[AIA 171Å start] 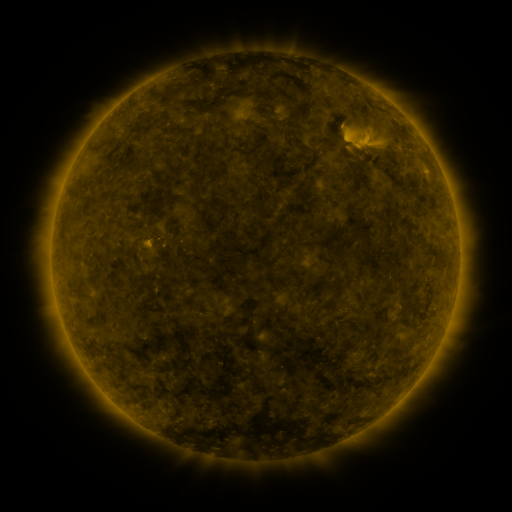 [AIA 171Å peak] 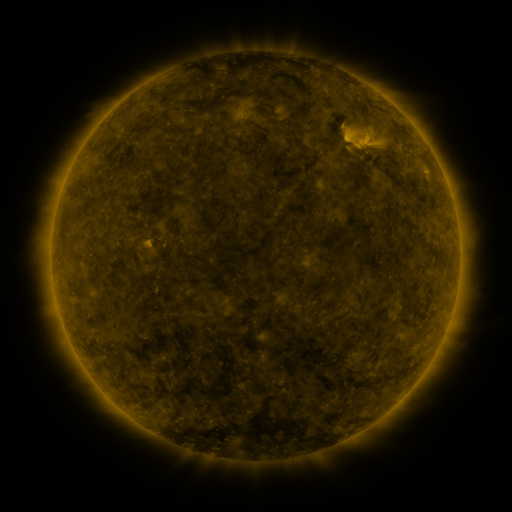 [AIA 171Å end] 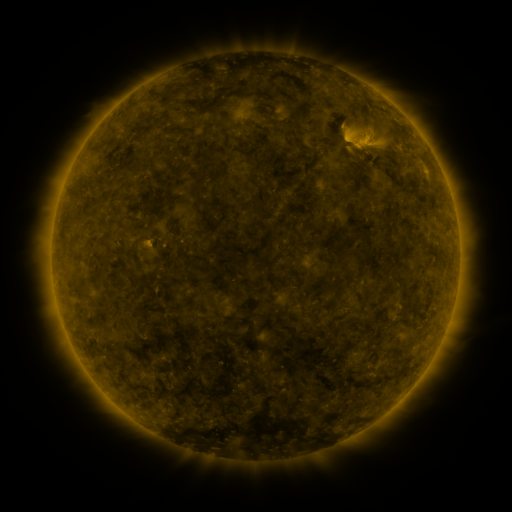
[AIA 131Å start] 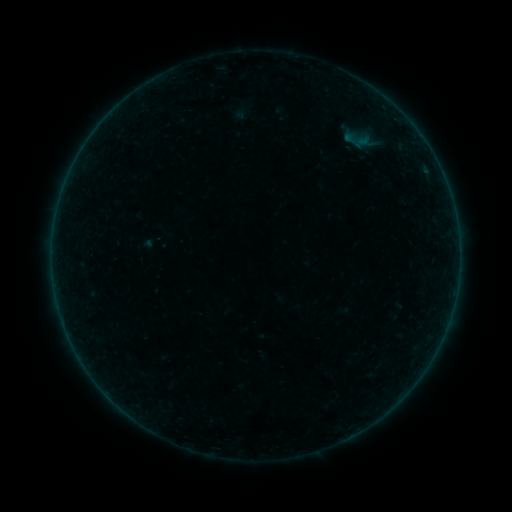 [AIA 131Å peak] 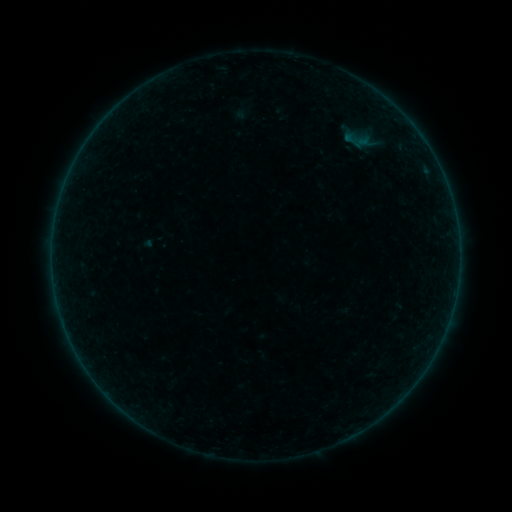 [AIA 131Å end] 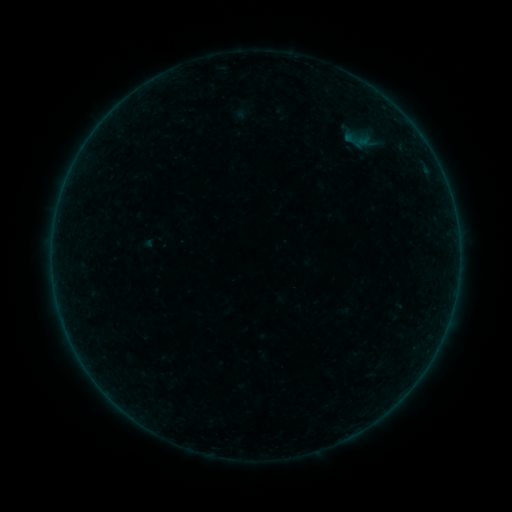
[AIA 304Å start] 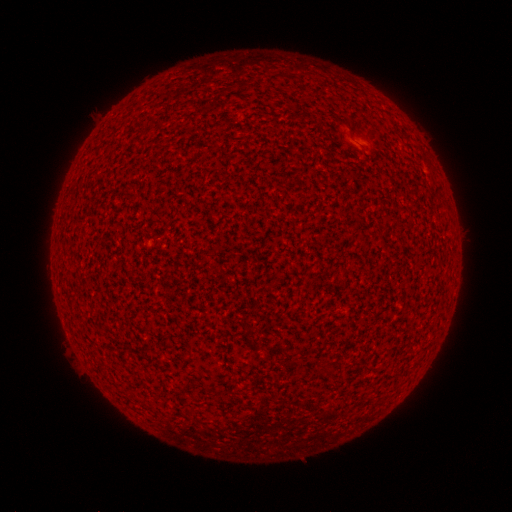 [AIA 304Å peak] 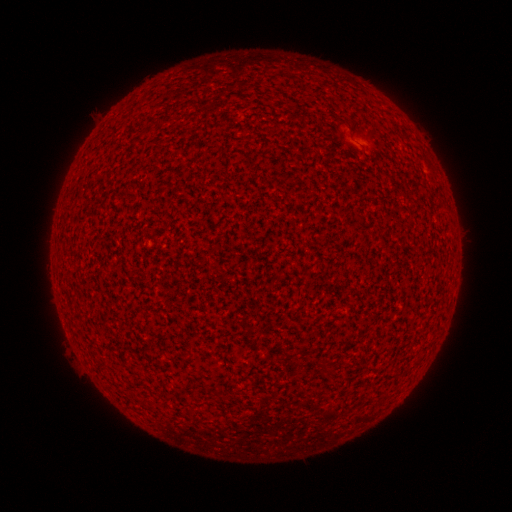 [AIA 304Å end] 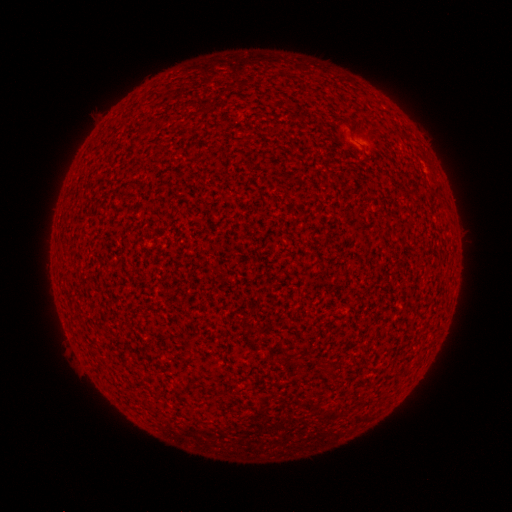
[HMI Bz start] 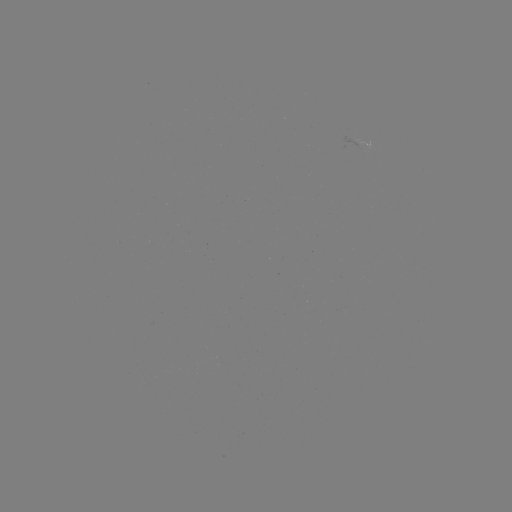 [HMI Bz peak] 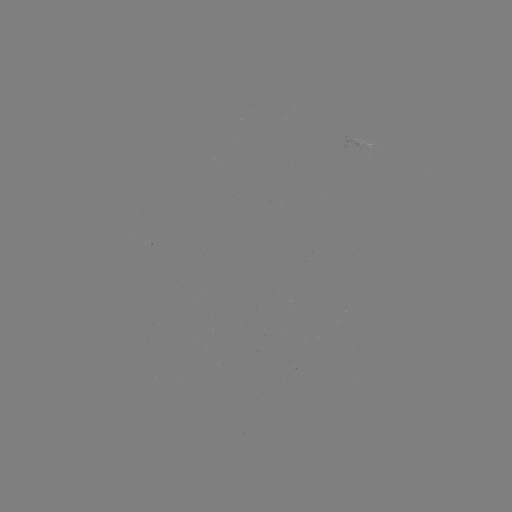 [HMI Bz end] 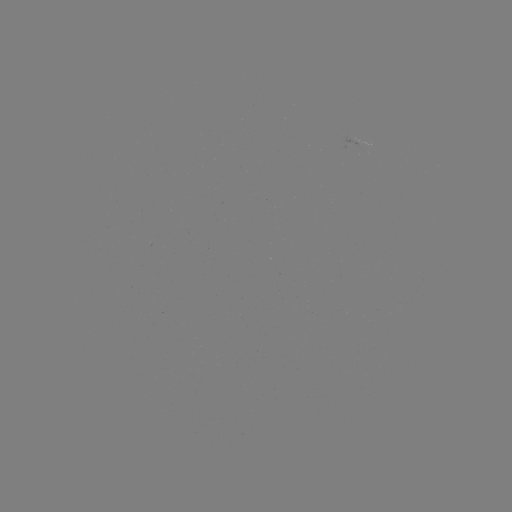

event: flare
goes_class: A2.6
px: (347, 141)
